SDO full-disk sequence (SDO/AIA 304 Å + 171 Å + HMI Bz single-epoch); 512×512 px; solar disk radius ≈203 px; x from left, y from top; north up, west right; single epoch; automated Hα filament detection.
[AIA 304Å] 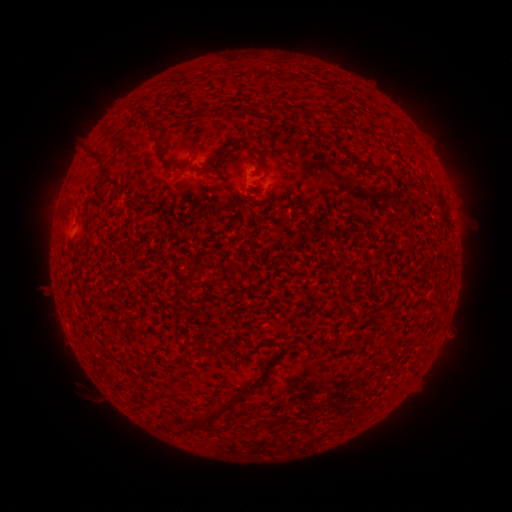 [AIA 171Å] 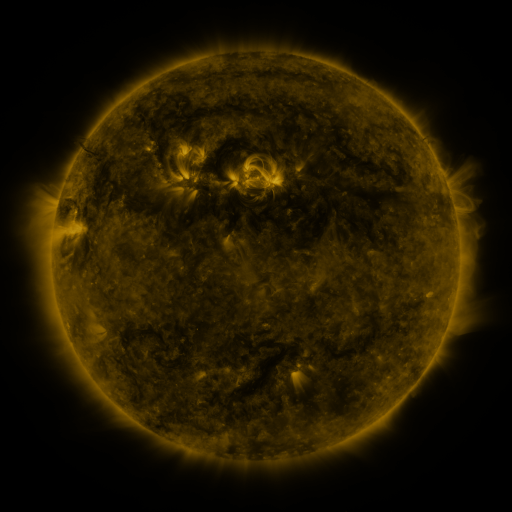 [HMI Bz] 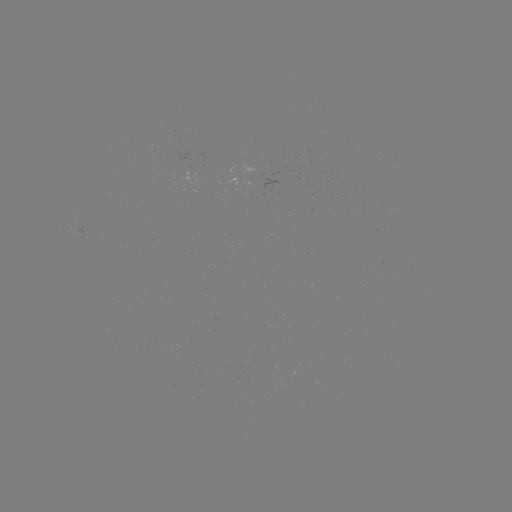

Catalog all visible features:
filament: (154, 135)
filament: (98, 156)
filament: (379, 170)
filament: (70, 202)
filament: (211, 413)
